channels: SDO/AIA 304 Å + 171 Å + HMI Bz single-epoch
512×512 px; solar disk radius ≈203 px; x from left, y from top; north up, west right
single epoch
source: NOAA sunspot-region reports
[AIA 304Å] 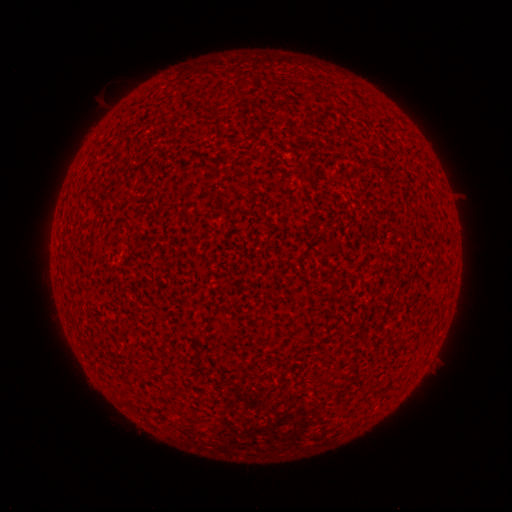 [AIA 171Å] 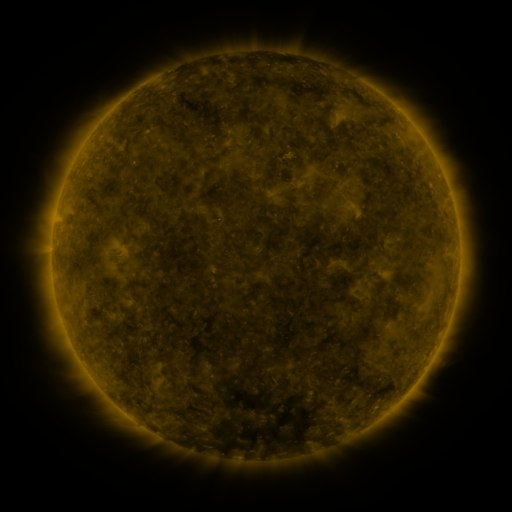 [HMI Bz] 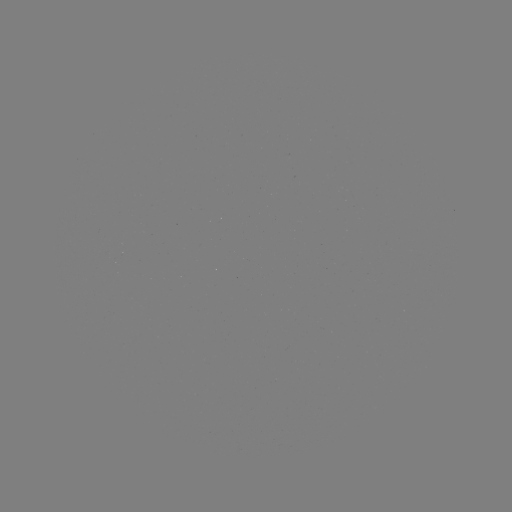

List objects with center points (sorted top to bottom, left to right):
(none)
